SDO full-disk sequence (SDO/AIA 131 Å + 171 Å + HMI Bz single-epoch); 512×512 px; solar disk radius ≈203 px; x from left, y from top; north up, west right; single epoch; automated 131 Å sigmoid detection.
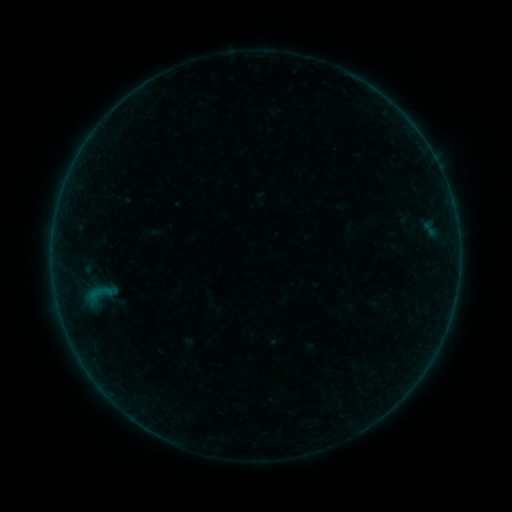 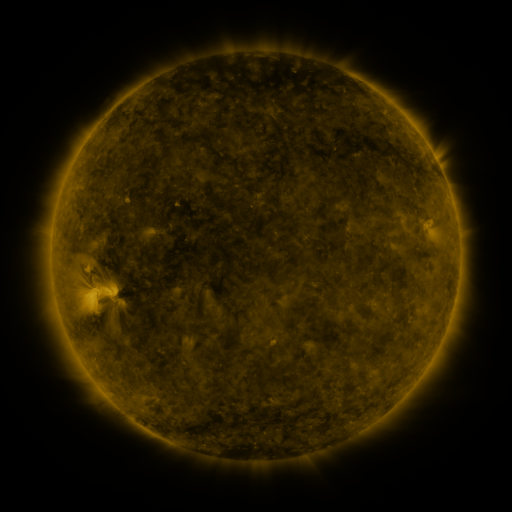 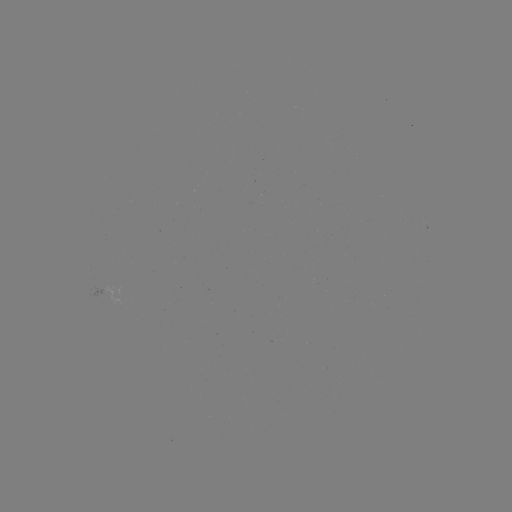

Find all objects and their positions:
sigmoid: (74, 269, 125, 321)
